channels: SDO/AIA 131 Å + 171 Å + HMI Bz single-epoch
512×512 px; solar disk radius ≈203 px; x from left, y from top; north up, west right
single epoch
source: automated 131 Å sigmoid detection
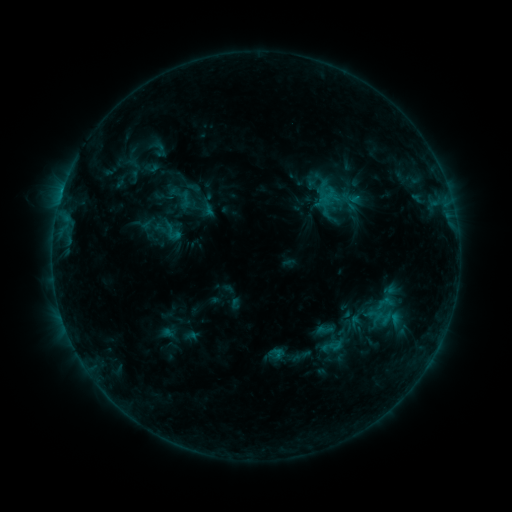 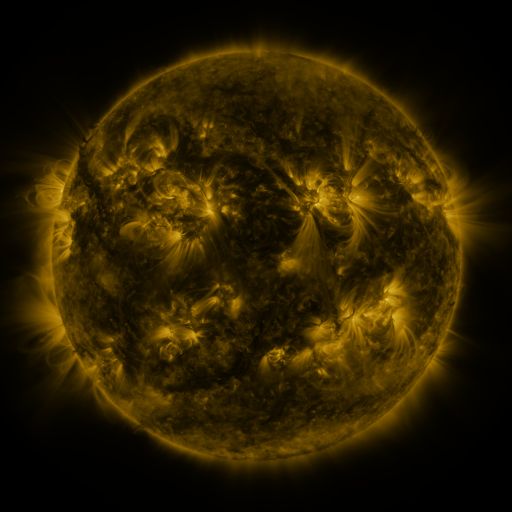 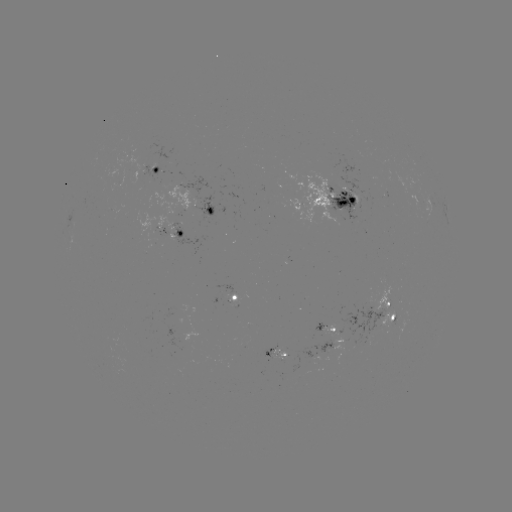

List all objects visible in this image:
sigmoid: [176, 191, 194, 209]
sigmoid: [159, 217, 185, 244]
sigmoid: [143, 229, 163, 250]
